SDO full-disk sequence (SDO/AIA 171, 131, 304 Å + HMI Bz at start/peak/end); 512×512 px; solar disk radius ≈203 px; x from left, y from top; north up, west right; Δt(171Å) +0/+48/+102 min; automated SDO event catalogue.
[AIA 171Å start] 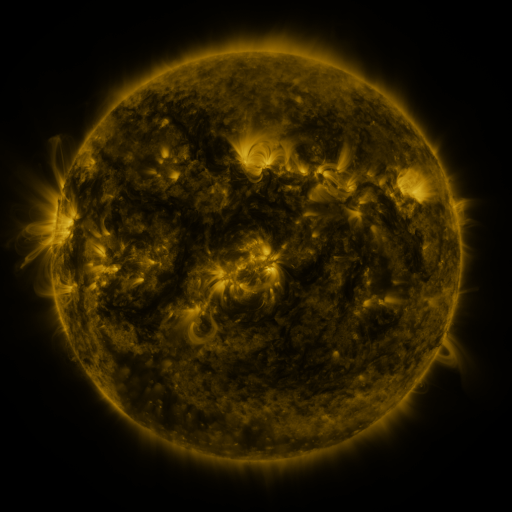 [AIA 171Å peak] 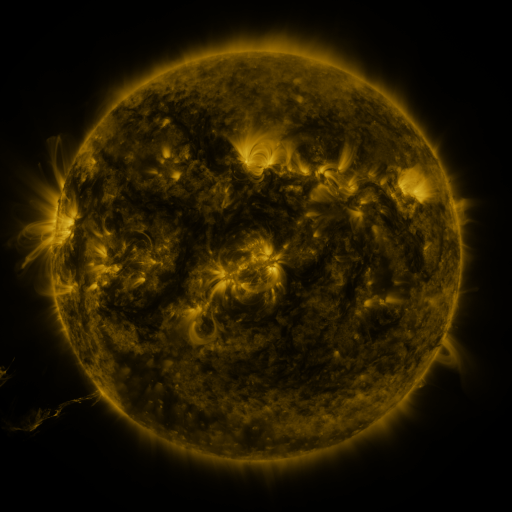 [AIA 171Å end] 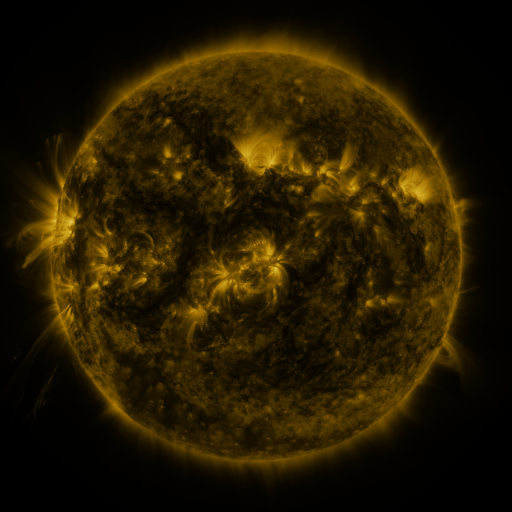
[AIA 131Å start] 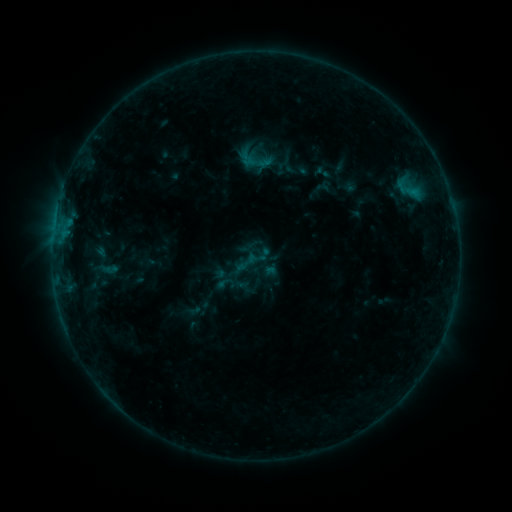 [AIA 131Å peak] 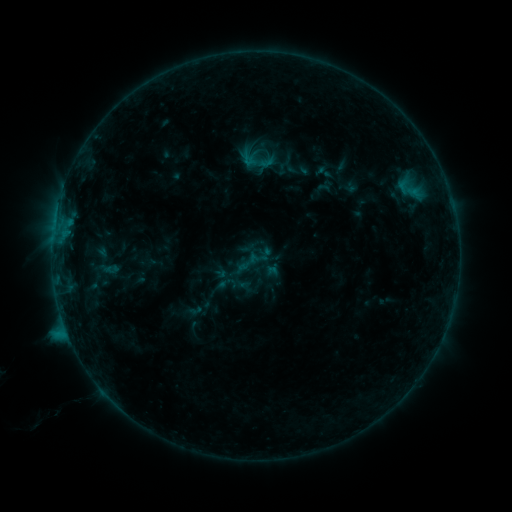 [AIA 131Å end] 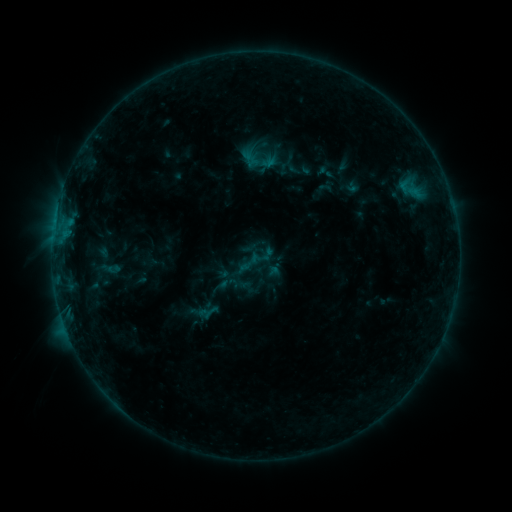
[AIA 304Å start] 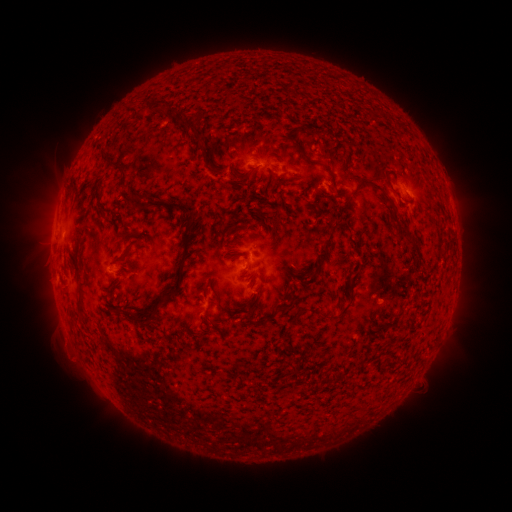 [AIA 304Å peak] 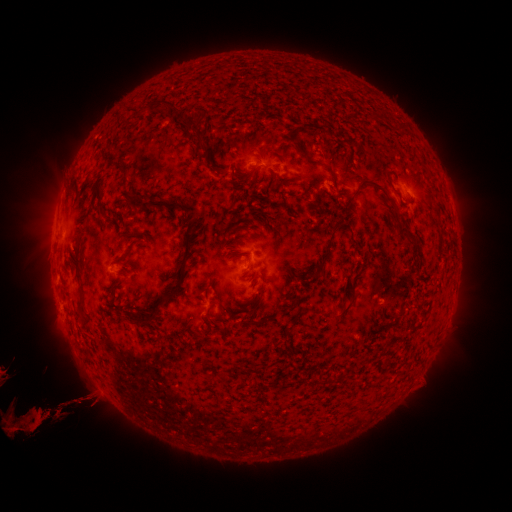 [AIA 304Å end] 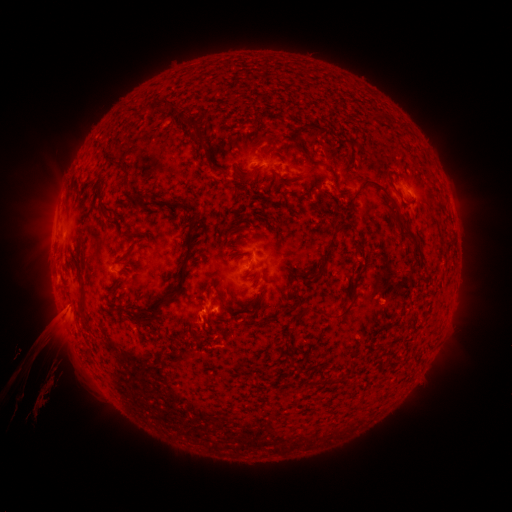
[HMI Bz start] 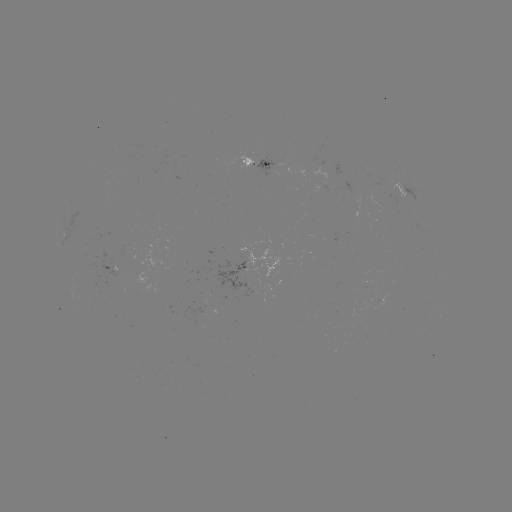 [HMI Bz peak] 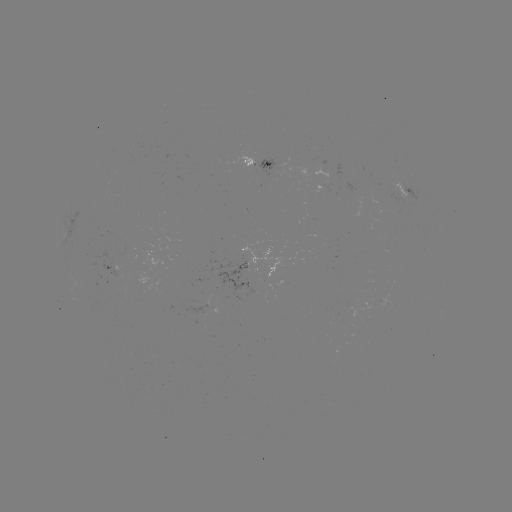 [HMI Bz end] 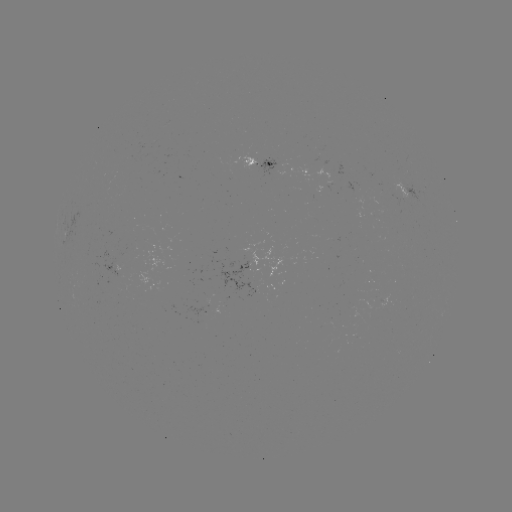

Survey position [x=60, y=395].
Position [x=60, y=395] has eruption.